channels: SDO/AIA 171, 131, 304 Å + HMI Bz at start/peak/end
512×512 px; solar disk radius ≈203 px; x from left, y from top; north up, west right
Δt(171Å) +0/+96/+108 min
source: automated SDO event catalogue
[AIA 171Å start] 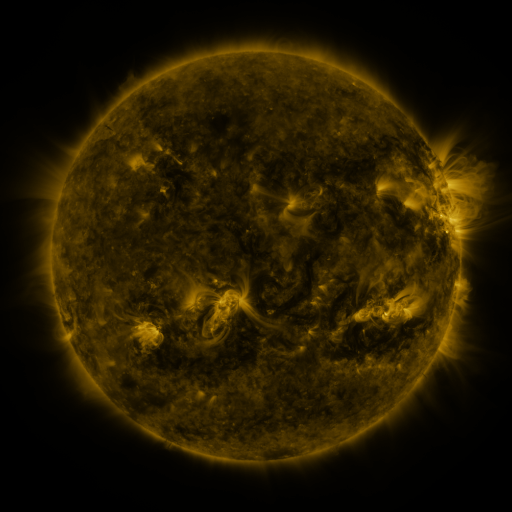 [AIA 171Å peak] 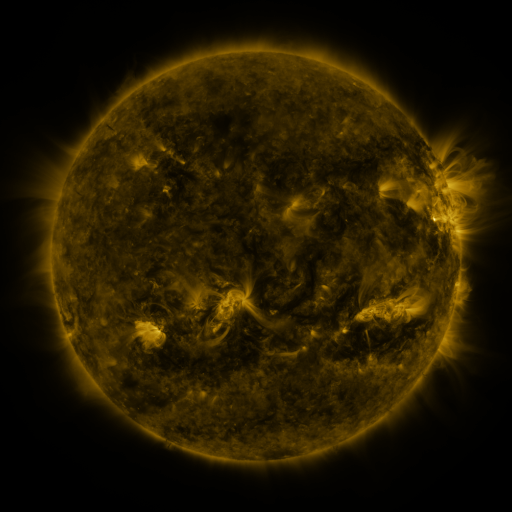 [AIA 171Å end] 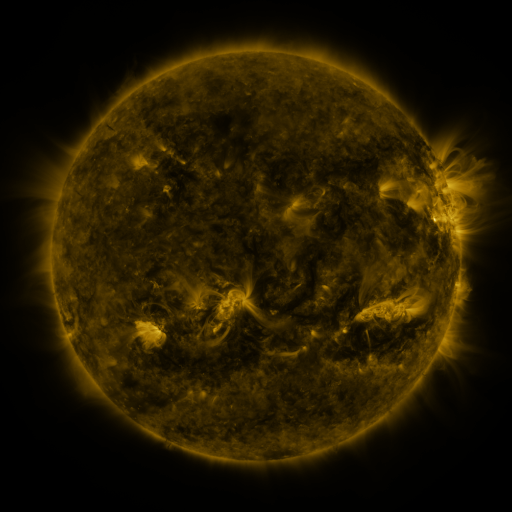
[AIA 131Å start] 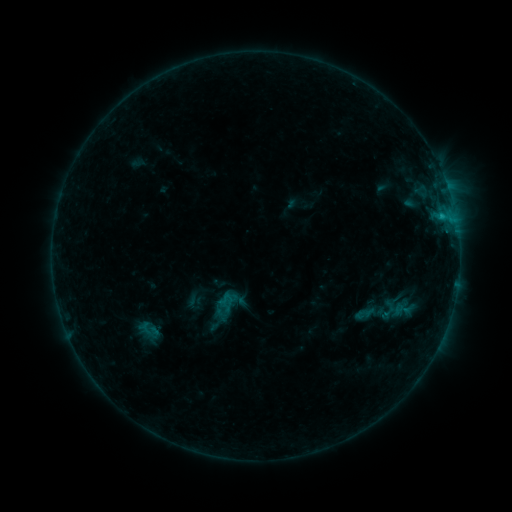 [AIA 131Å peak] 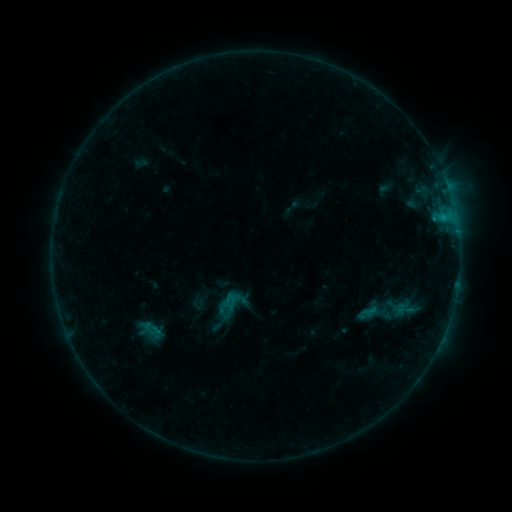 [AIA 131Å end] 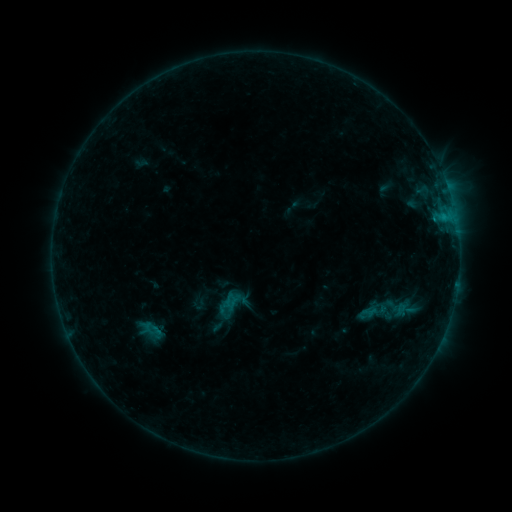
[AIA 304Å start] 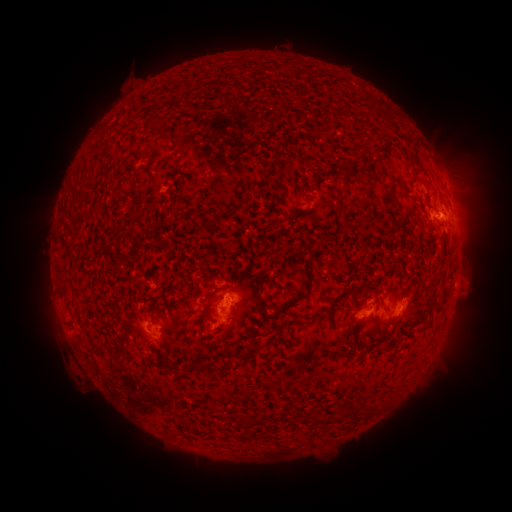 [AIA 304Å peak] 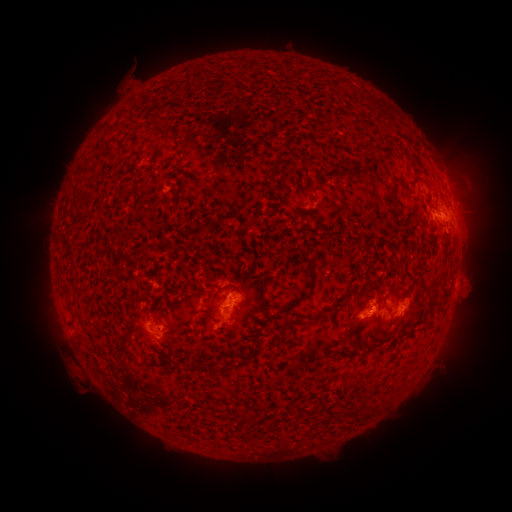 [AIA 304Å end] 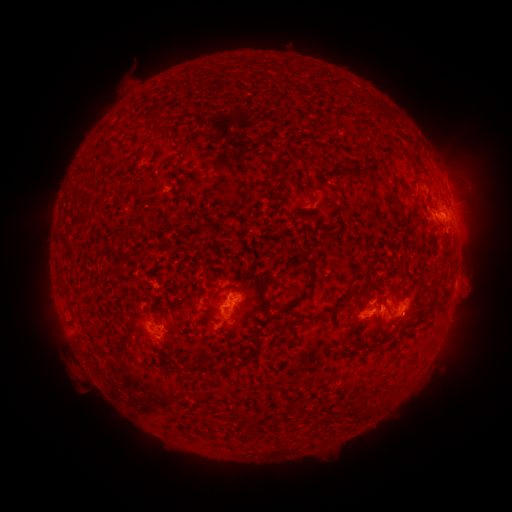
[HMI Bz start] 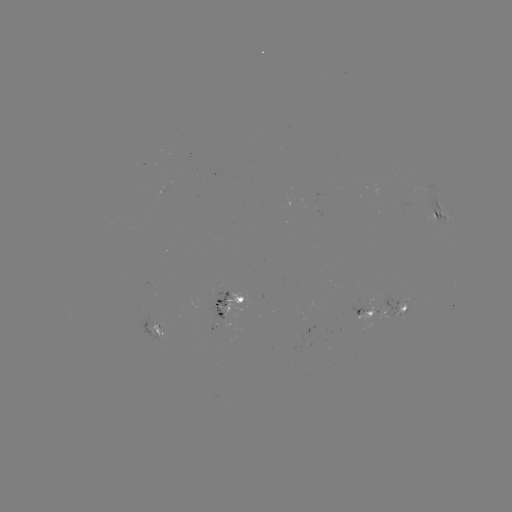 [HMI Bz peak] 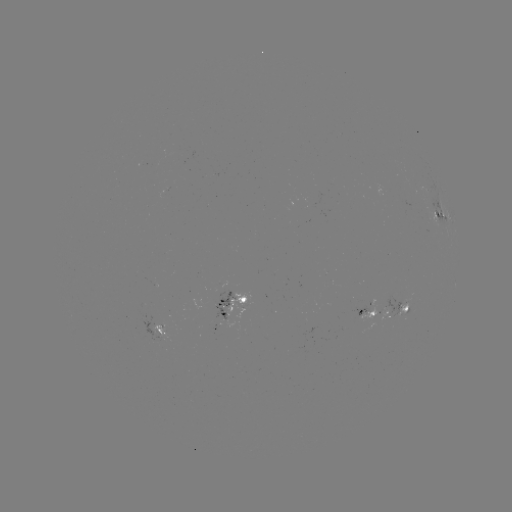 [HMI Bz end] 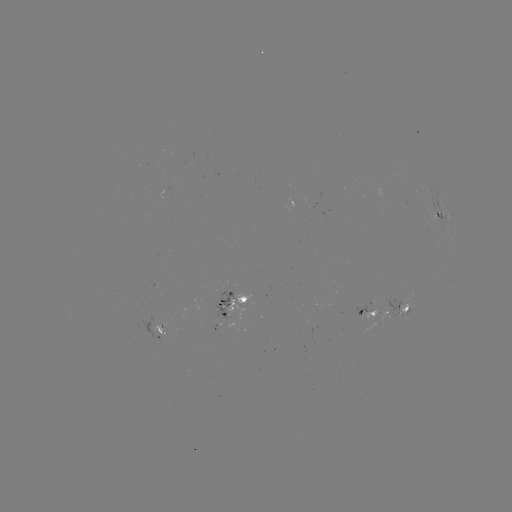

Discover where emerging-flux region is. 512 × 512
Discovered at (406, 309).